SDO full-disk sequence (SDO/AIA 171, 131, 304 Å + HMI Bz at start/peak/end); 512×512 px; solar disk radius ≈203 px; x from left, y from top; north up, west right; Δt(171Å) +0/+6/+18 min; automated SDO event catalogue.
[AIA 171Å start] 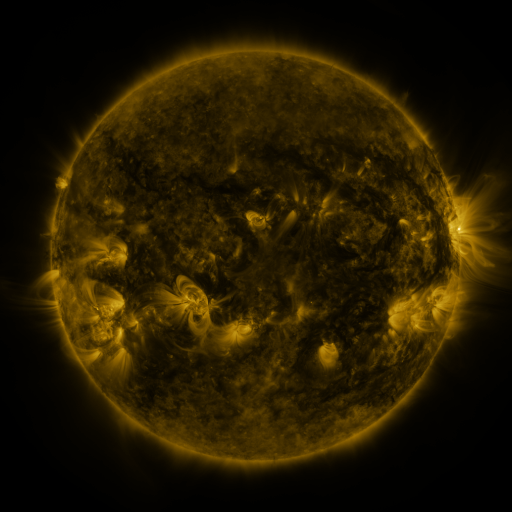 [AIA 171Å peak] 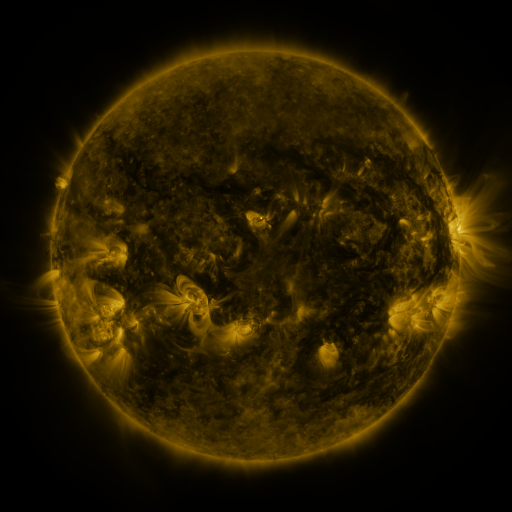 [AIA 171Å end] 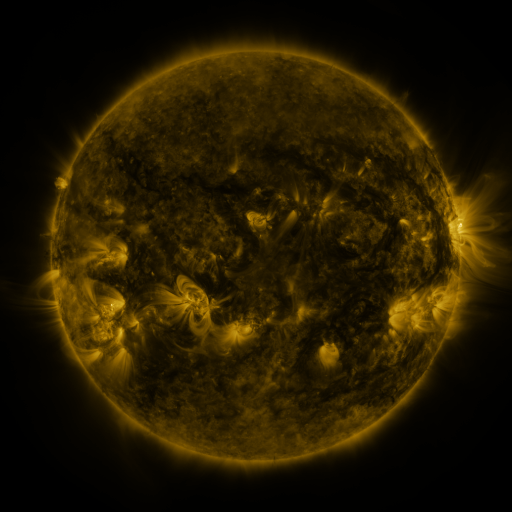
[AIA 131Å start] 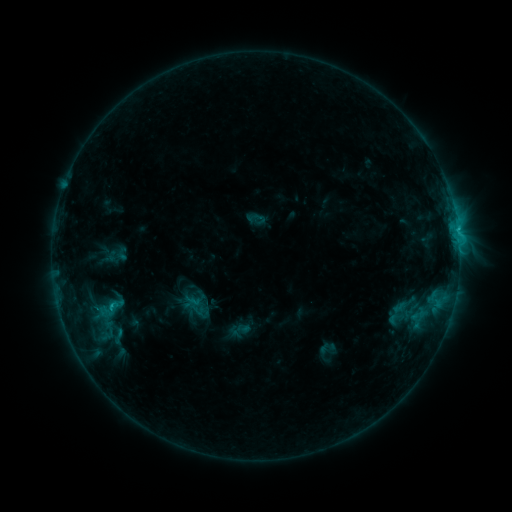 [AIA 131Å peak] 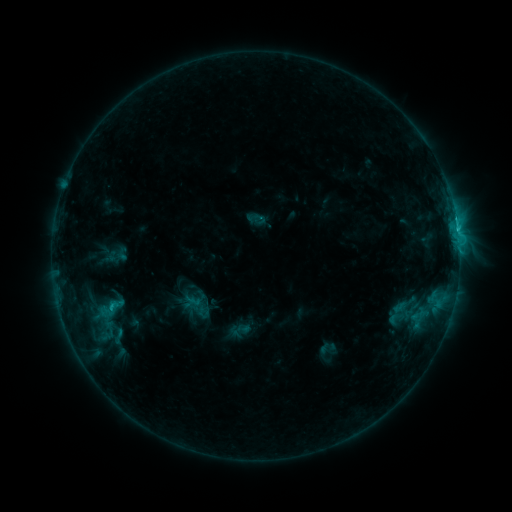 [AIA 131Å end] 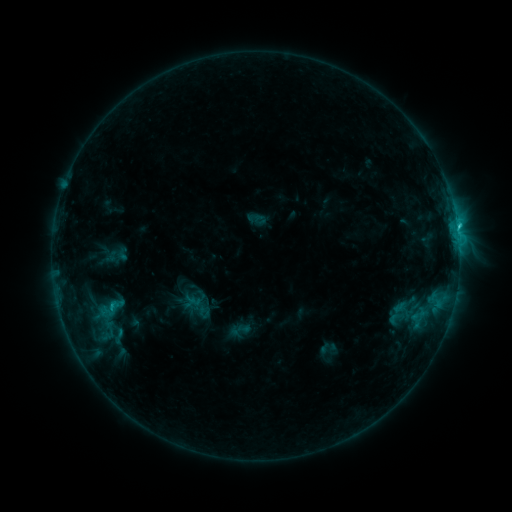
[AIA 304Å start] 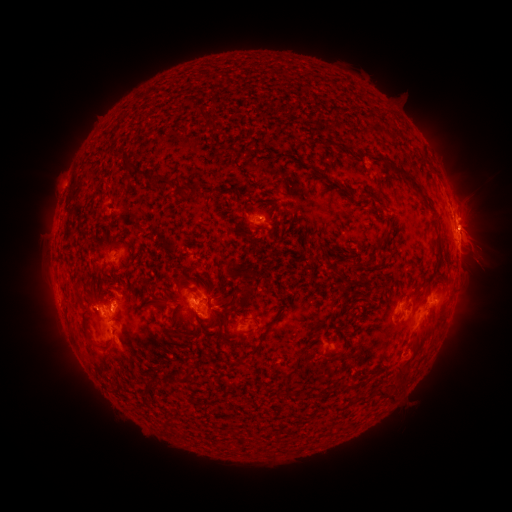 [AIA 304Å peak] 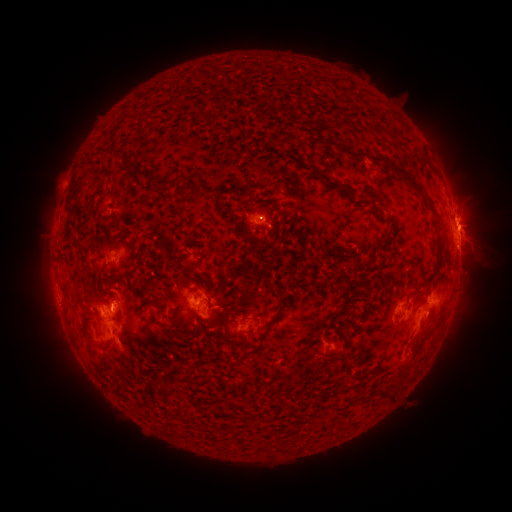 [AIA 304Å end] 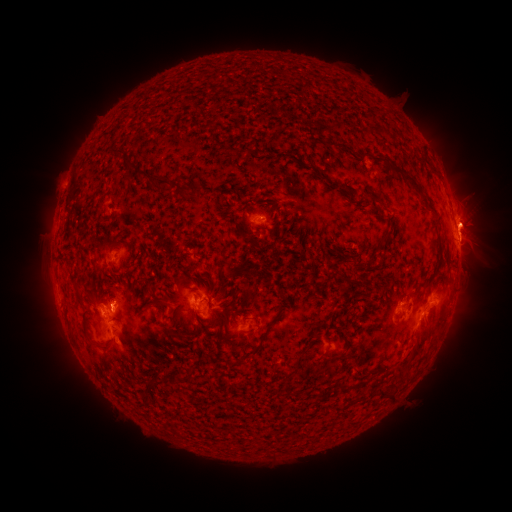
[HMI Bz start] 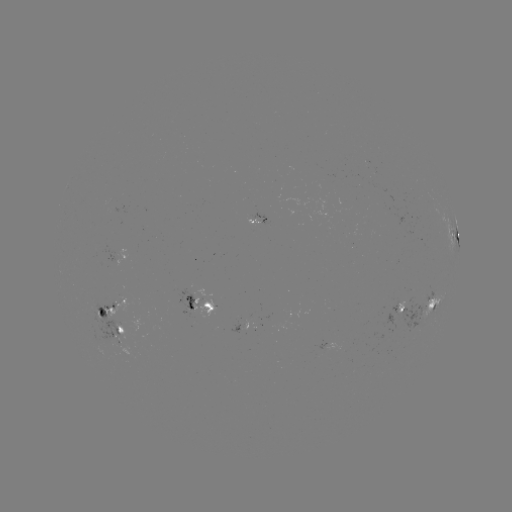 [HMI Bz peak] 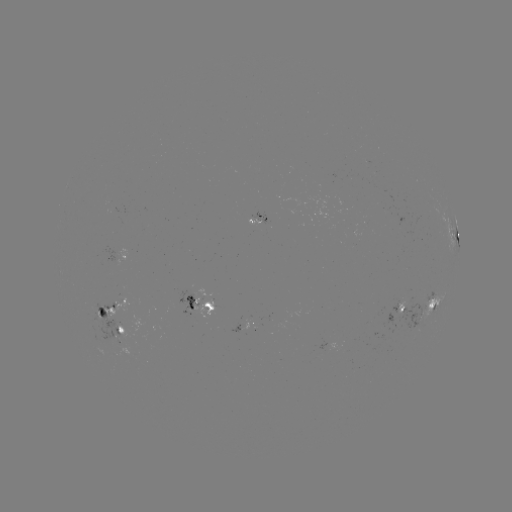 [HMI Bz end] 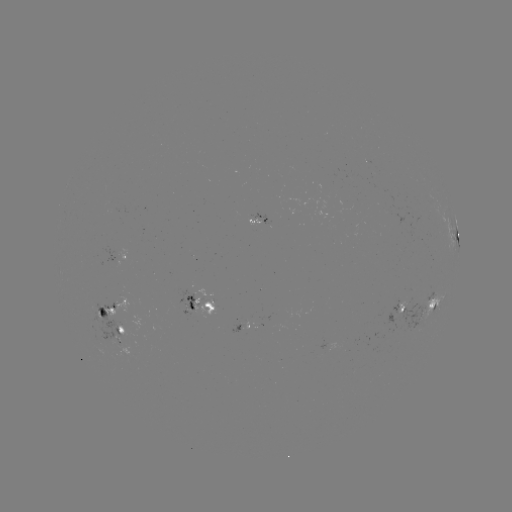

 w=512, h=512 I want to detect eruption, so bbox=[440, 189, 501, 259].